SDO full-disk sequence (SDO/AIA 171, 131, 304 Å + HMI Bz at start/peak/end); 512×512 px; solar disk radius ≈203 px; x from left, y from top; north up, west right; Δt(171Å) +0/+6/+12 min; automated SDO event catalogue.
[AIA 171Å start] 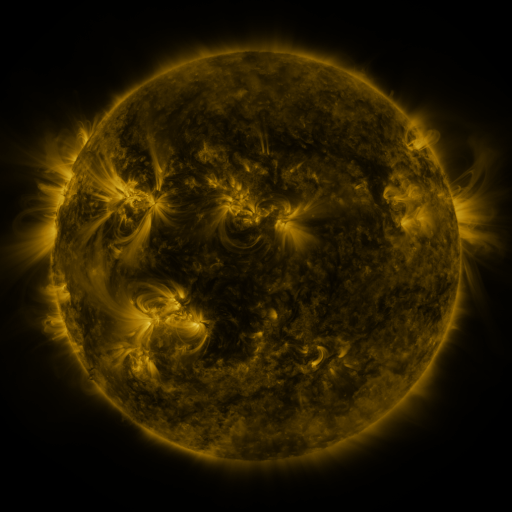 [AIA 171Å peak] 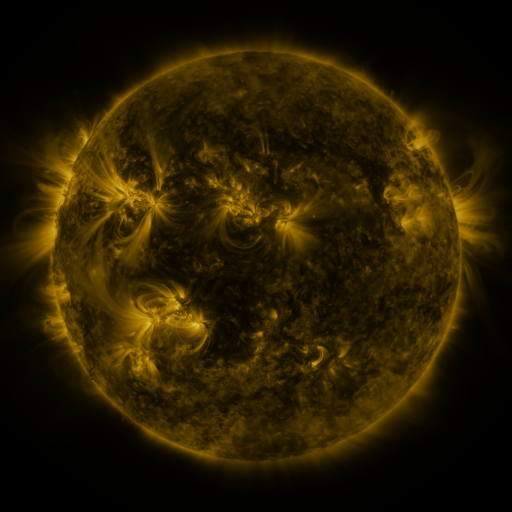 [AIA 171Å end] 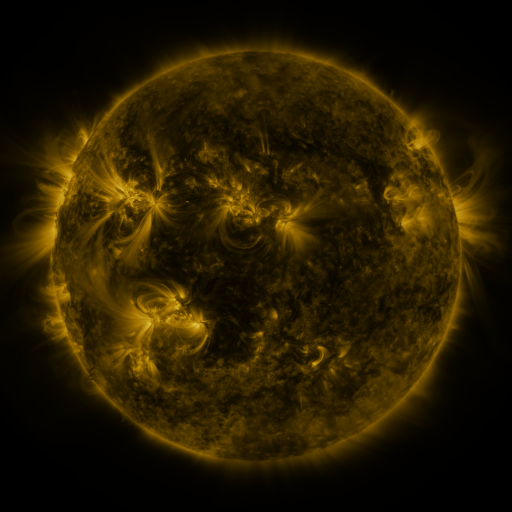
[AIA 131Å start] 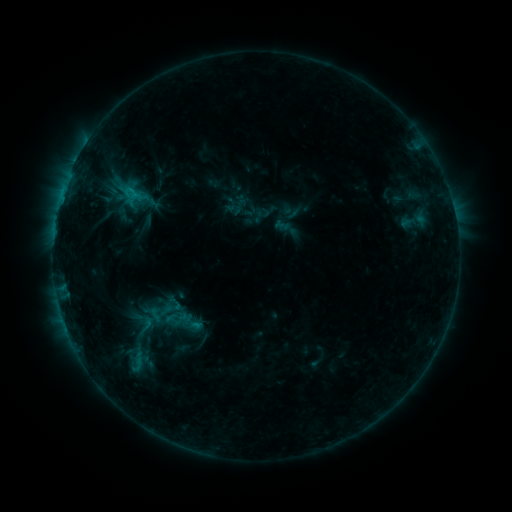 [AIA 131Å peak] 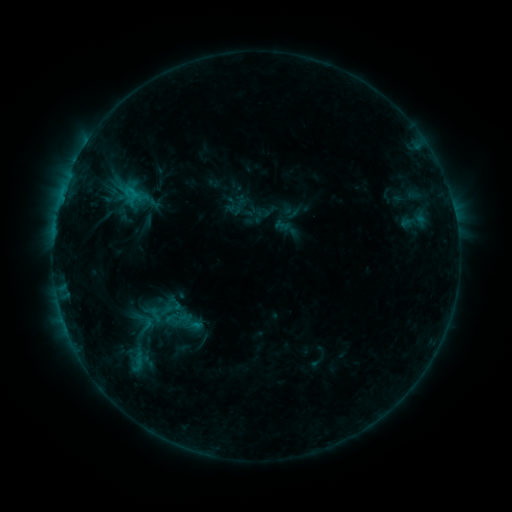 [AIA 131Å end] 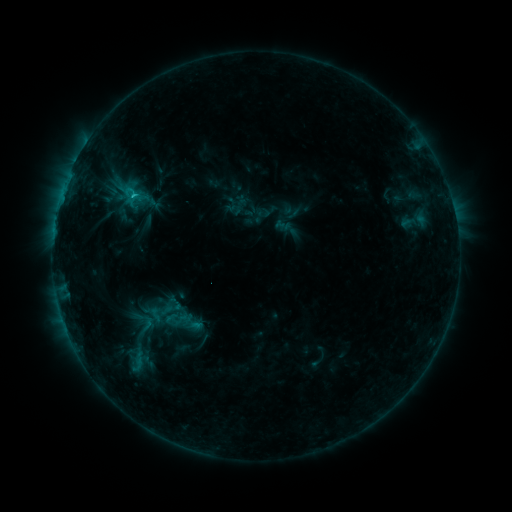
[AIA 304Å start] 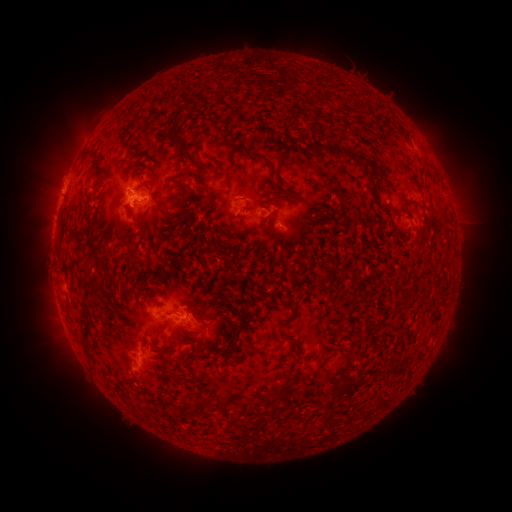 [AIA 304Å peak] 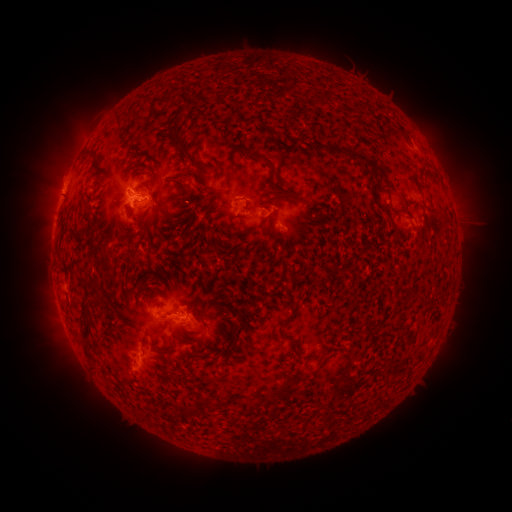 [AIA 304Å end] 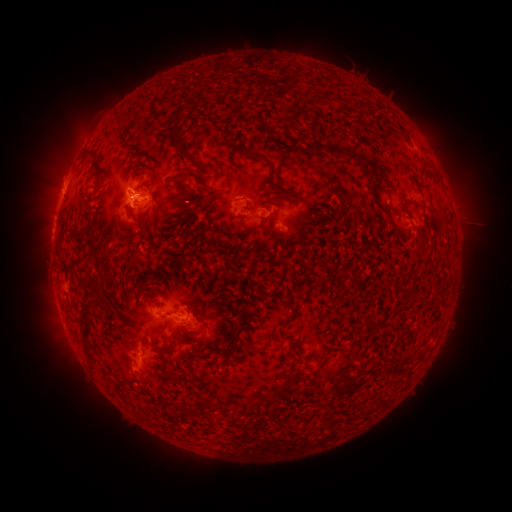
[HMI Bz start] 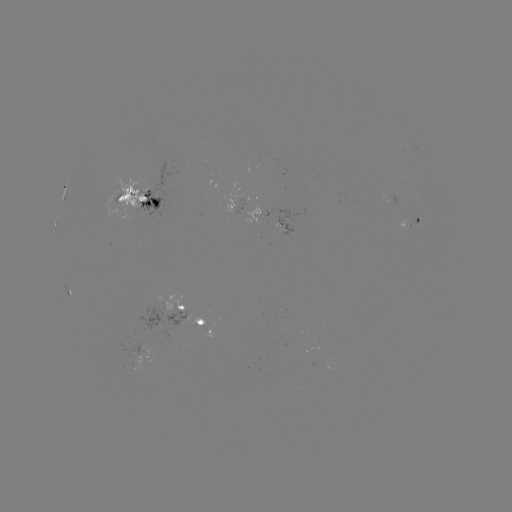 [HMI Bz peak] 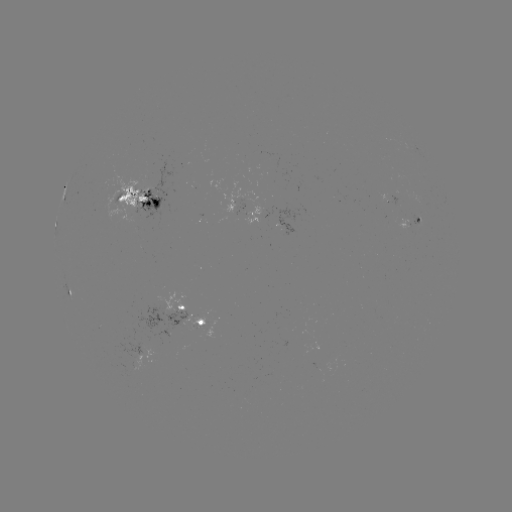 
no flare in any classed list; no EUV-trigger detection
